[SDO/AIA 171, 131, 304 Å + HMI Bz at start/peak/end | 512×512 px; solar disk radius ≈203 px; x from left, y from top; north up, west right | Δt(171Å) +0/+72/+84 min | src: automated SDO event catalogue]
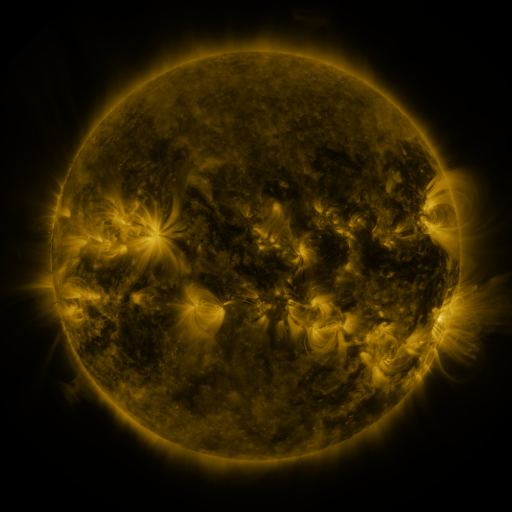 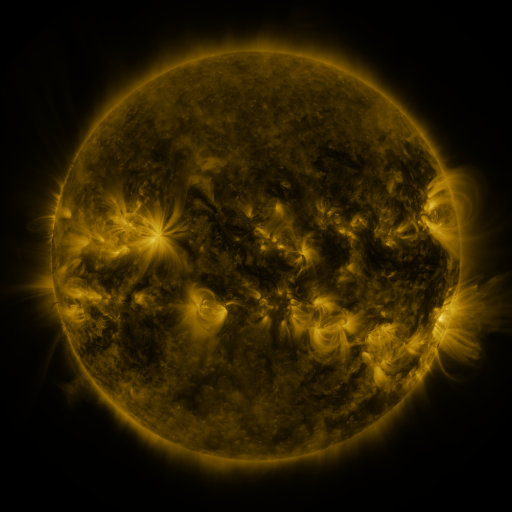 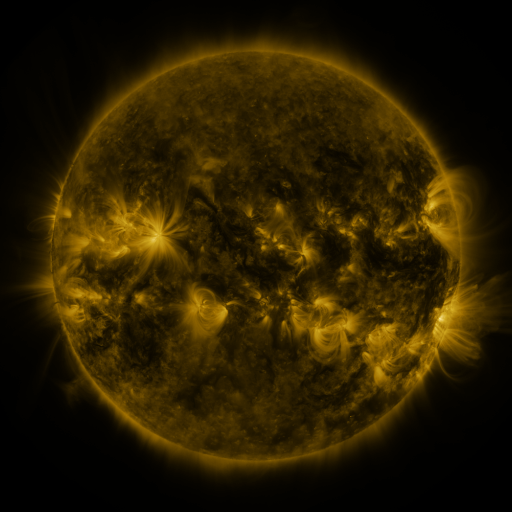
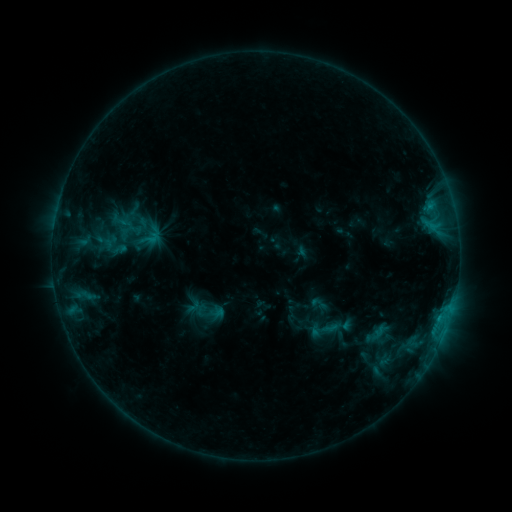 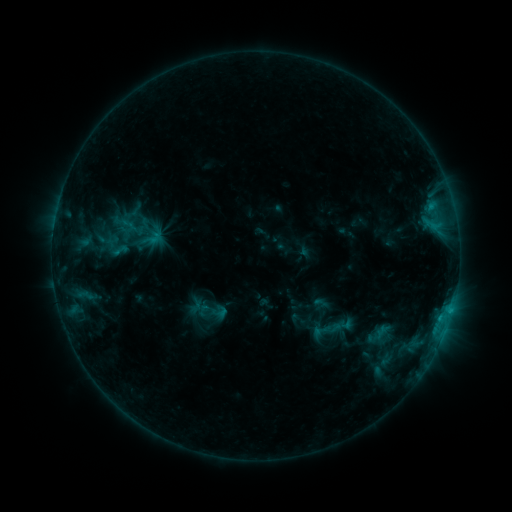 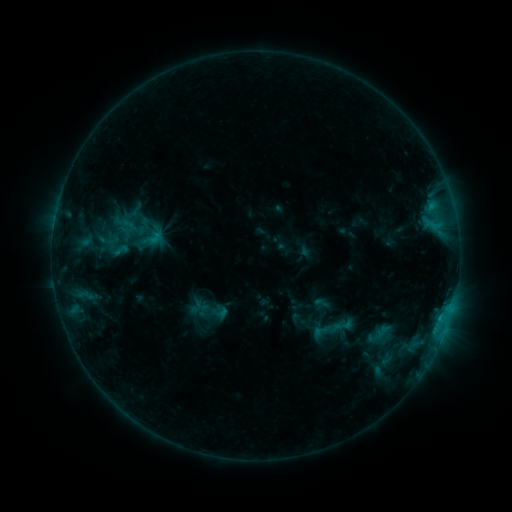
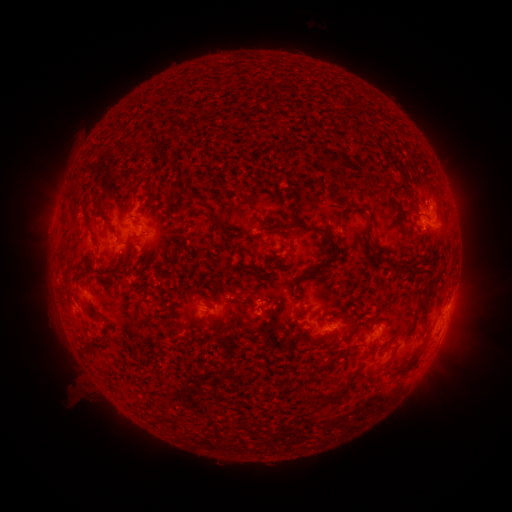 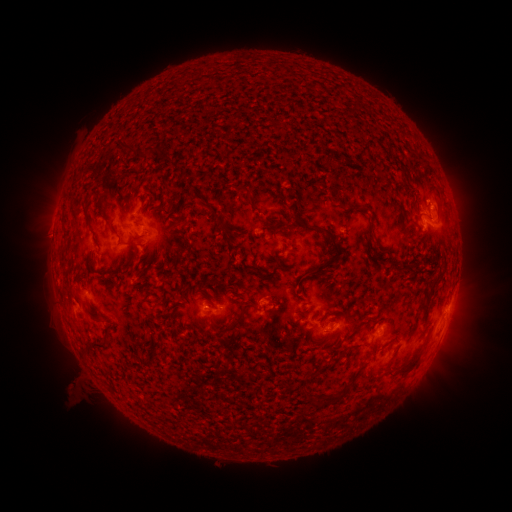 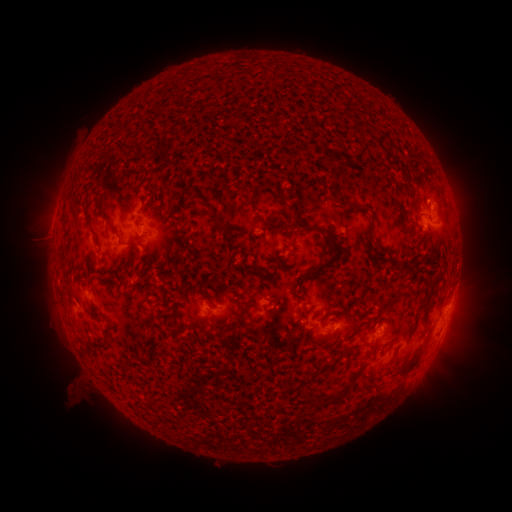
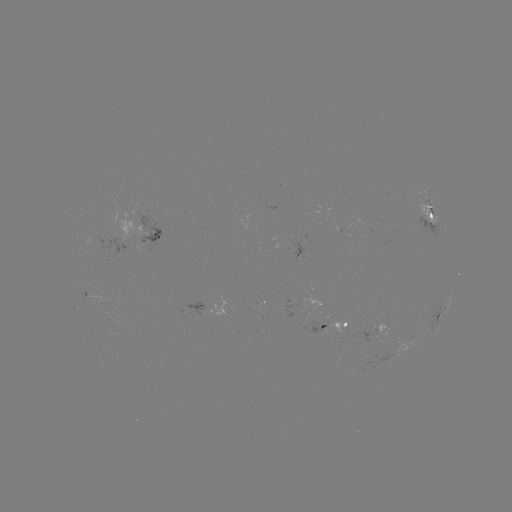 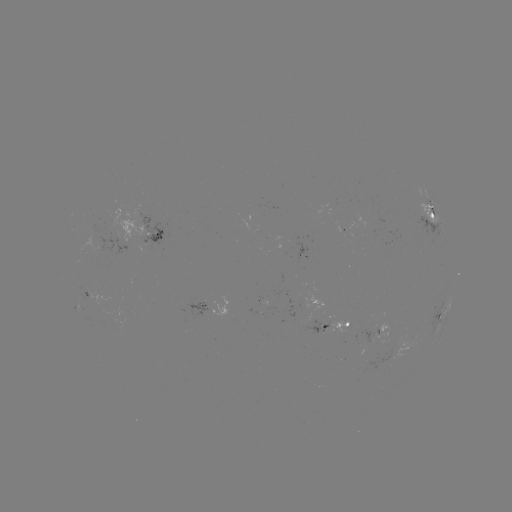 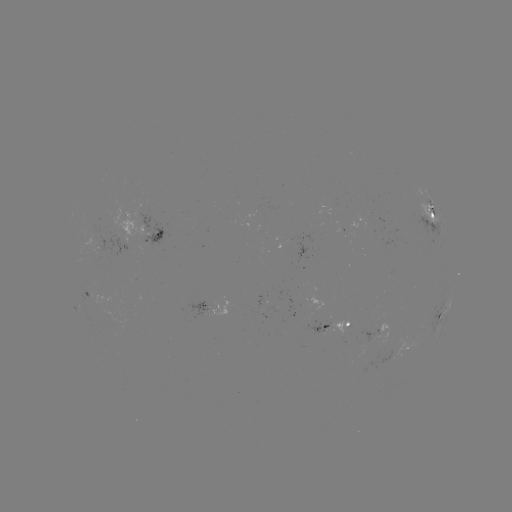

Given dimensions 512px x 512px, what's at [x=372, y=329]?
emerging-flux region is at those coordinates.